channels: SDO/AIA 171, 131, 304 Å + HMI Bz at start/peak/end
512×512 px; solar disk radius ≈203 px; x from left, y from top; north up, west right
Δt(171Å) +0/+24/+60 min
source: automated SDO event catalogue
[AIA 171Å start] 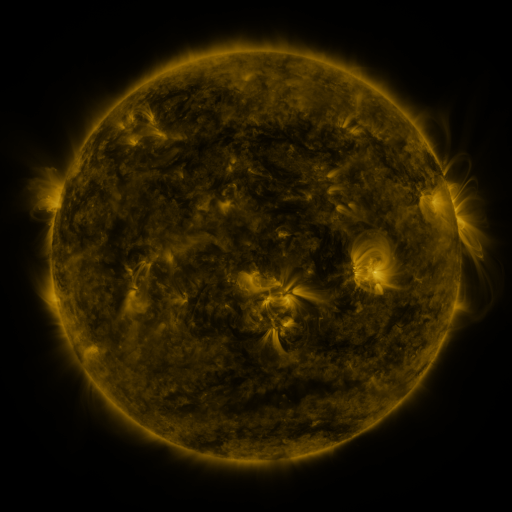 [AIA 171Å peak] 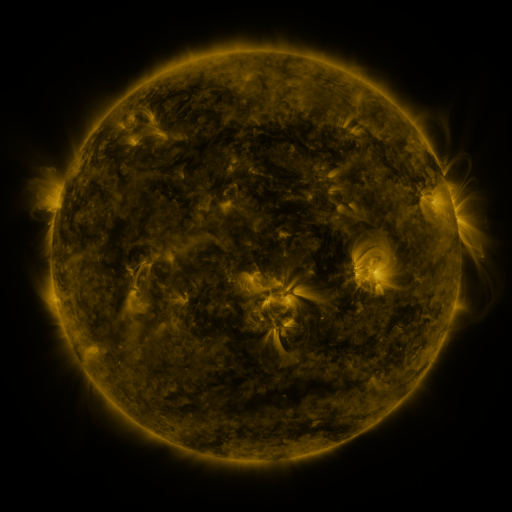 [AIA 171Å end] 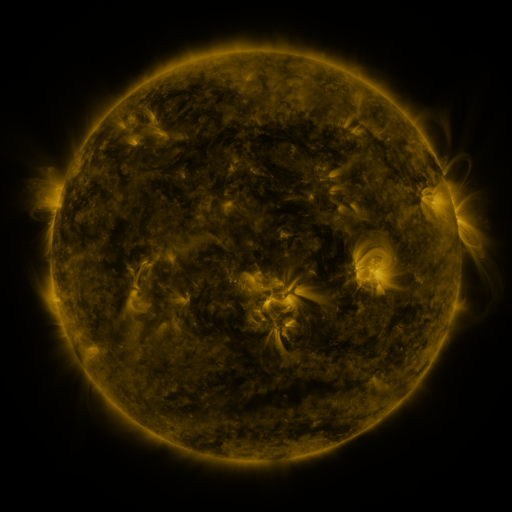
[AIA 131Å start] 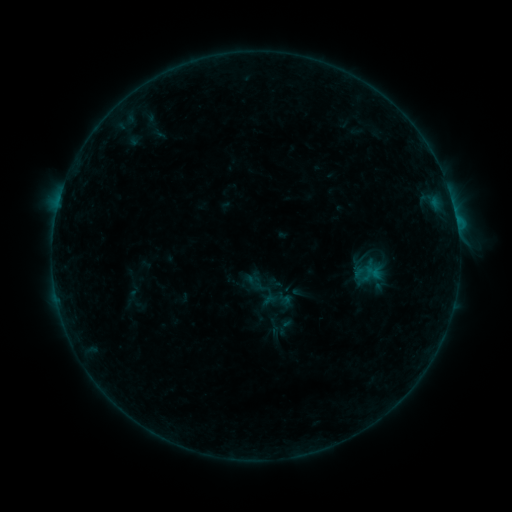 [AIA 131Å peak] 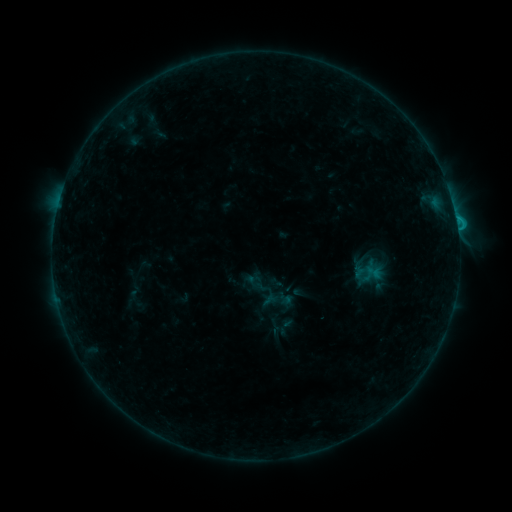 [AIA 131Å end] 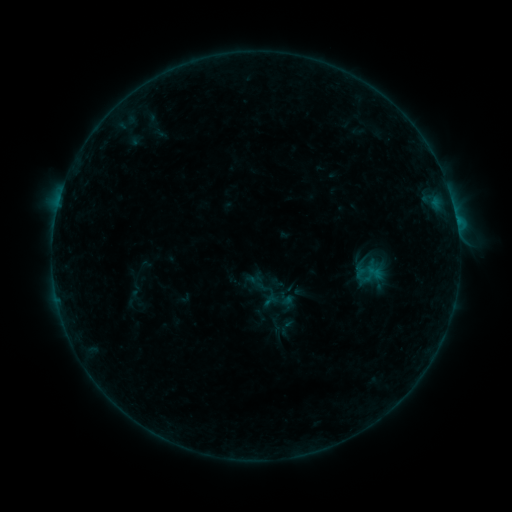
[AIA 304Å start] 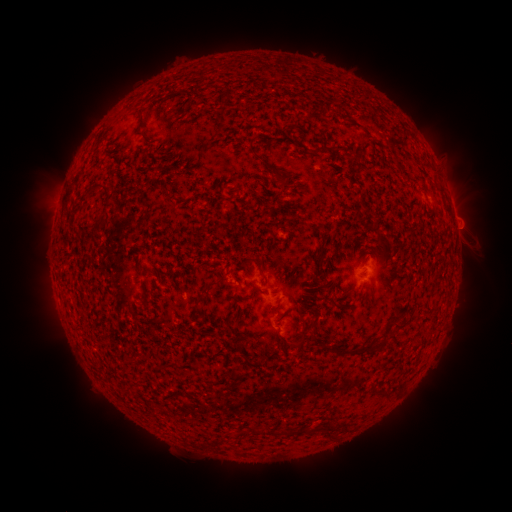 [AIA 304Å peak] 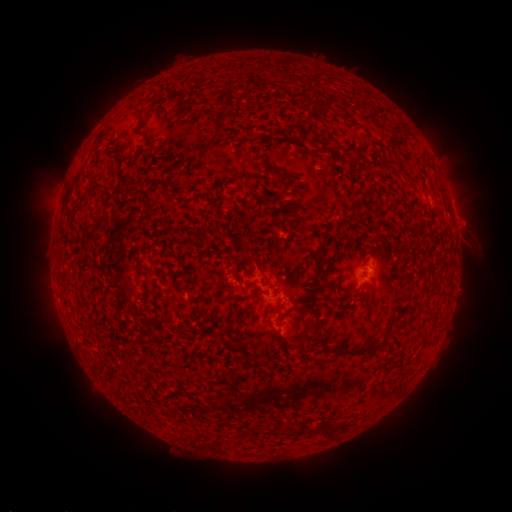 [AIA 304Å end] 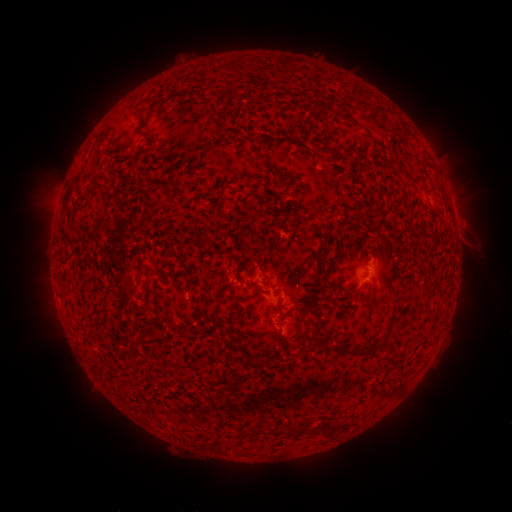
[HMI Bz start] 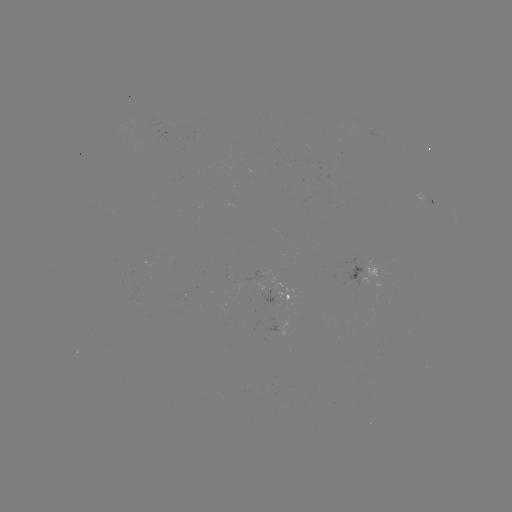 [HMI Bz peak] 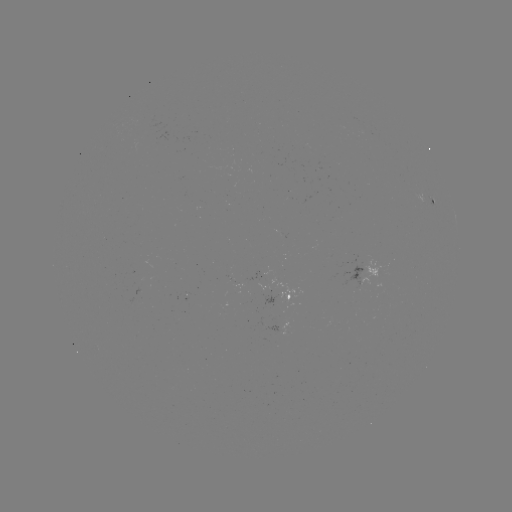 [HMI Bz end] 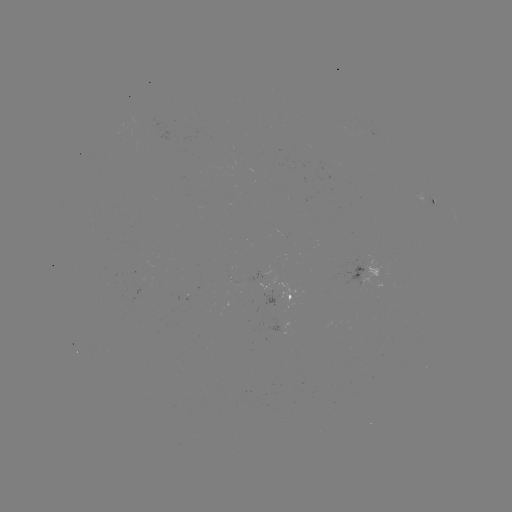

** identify B9.6 flare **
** [455, 220] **